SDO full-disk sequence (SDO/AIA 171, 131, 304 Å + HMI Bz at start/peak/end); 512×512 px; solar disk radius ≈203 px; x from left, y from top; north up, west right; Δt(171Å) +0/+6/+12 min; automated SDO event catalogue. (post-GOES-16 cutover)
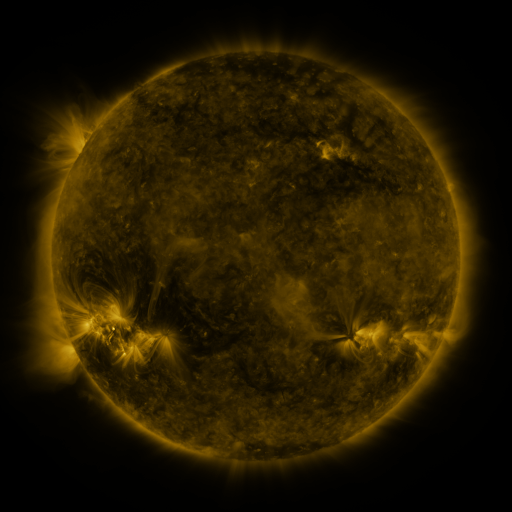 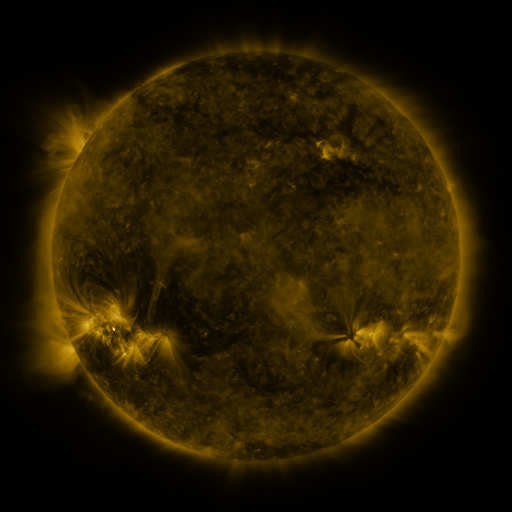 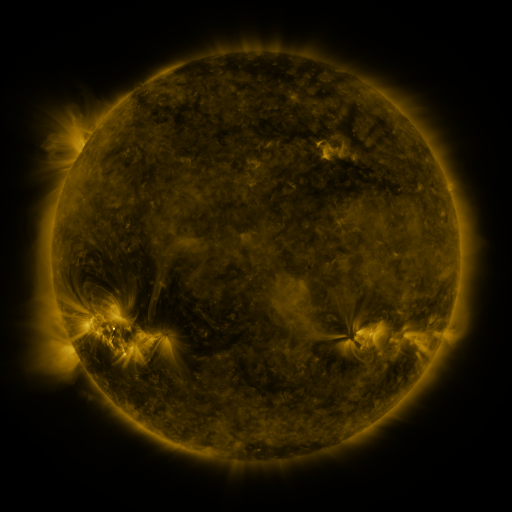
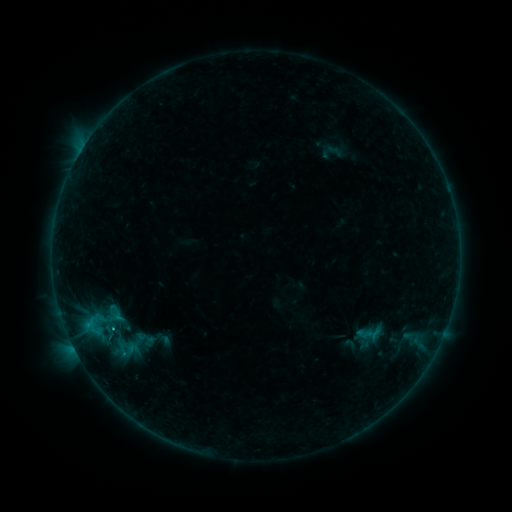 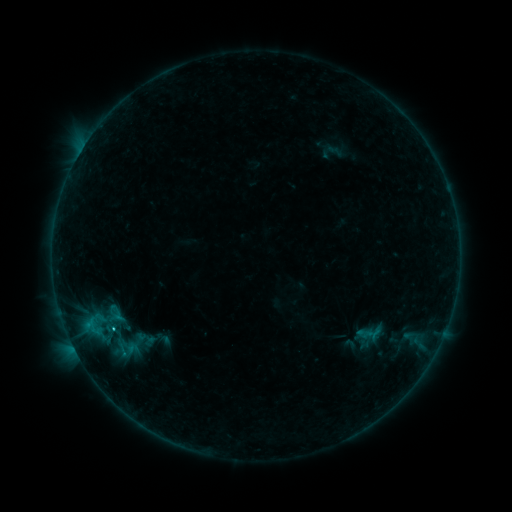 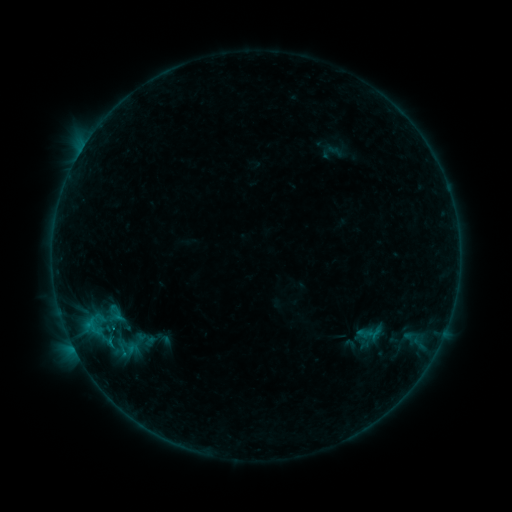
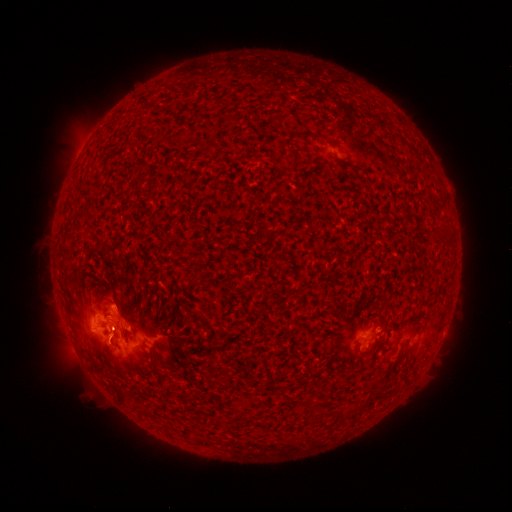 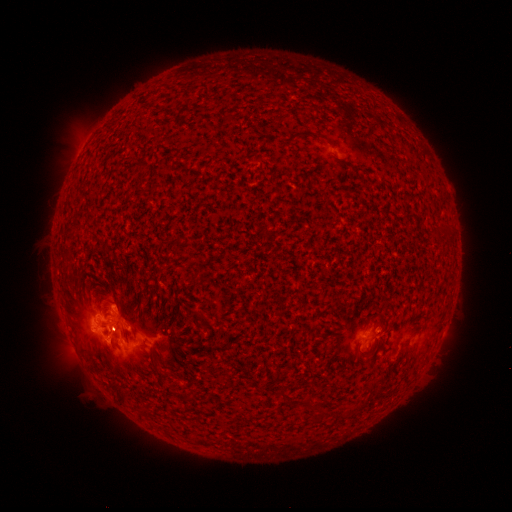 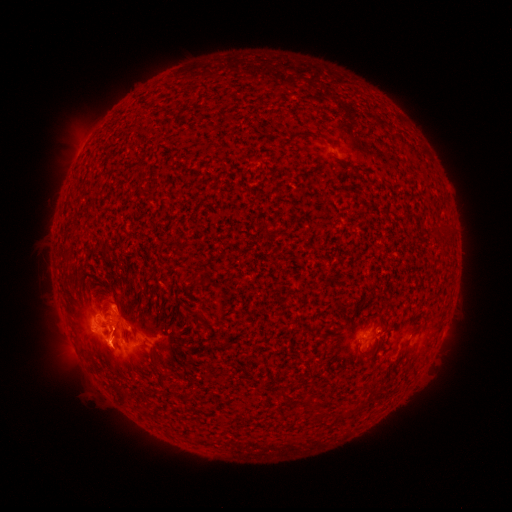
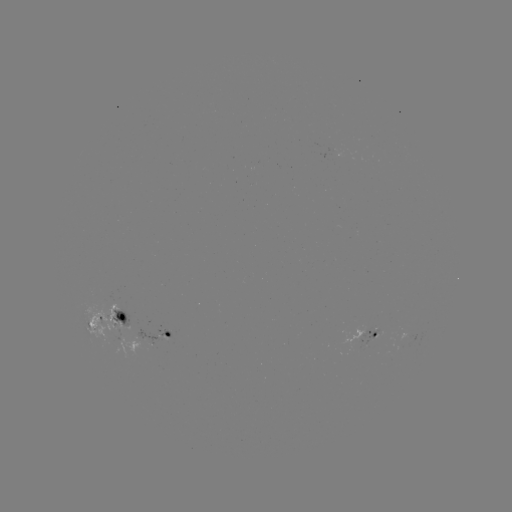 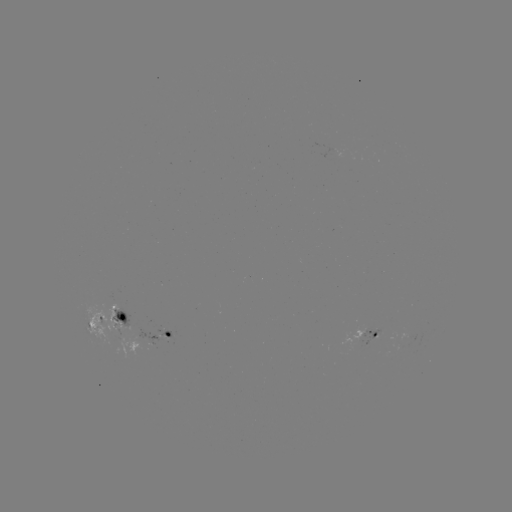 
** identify C1.8 flare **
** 113,328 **